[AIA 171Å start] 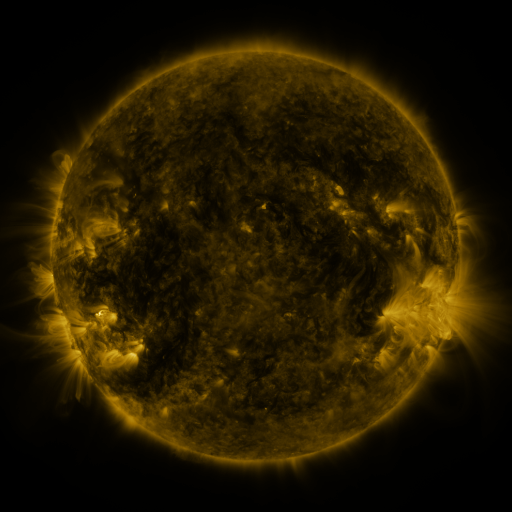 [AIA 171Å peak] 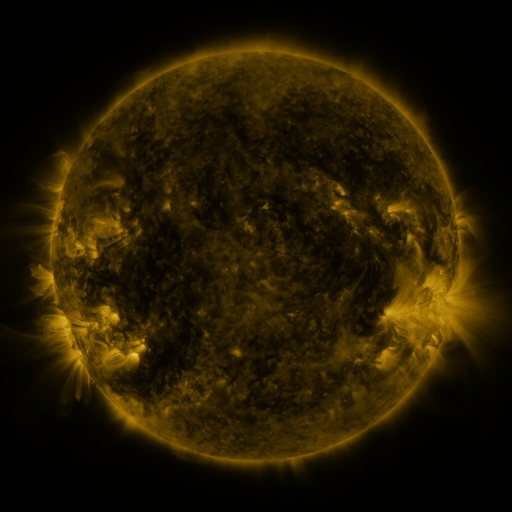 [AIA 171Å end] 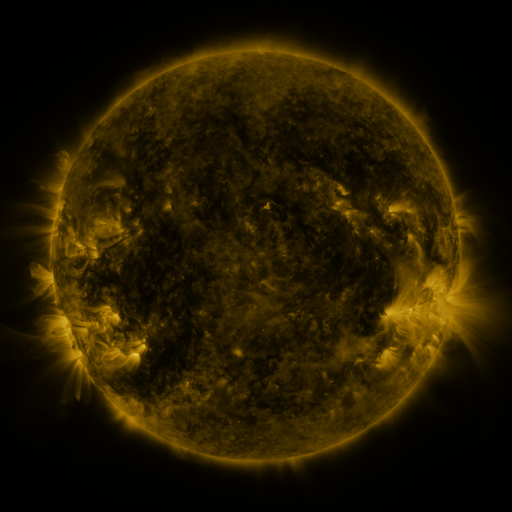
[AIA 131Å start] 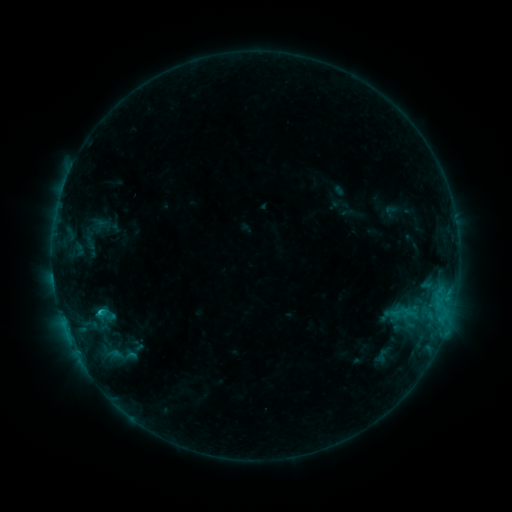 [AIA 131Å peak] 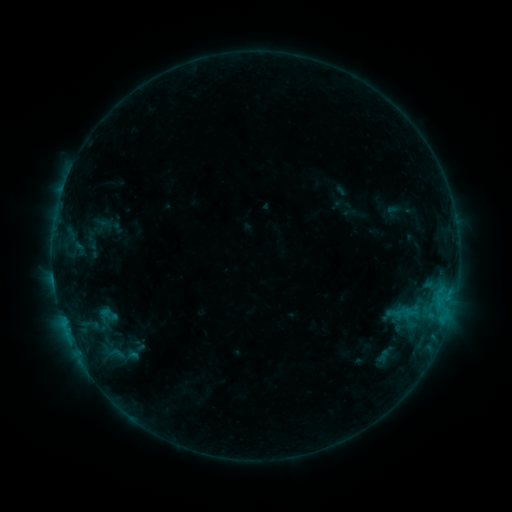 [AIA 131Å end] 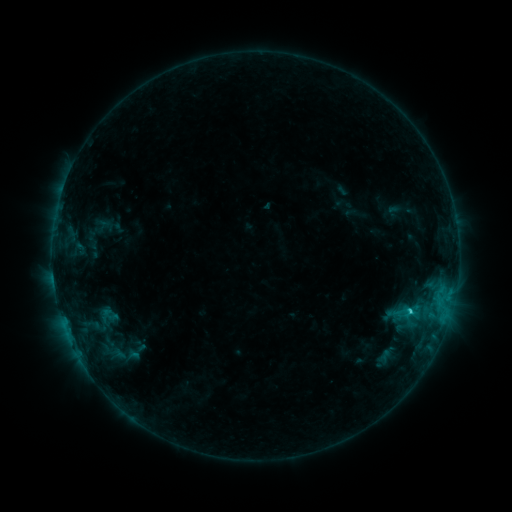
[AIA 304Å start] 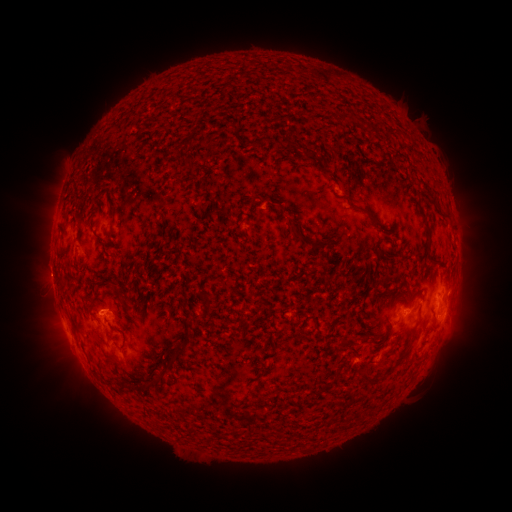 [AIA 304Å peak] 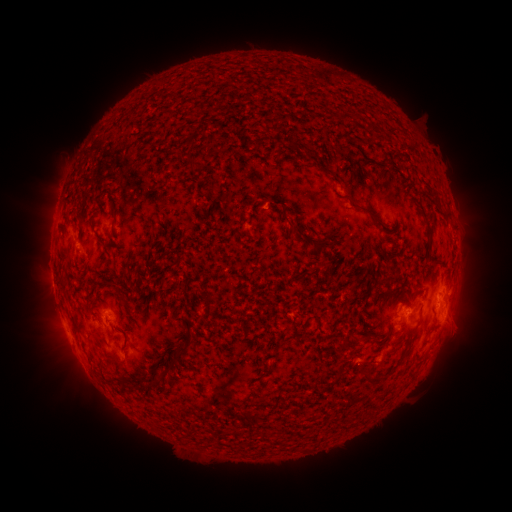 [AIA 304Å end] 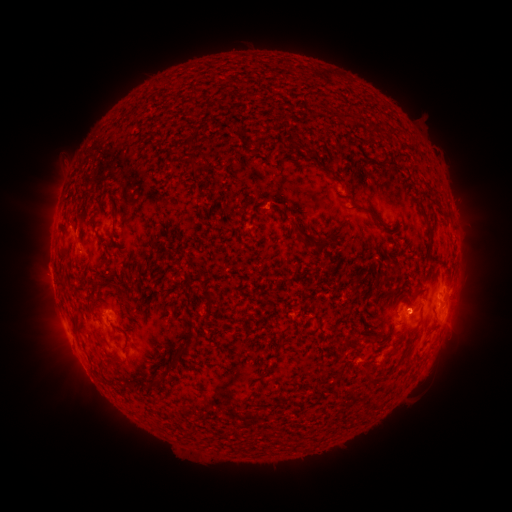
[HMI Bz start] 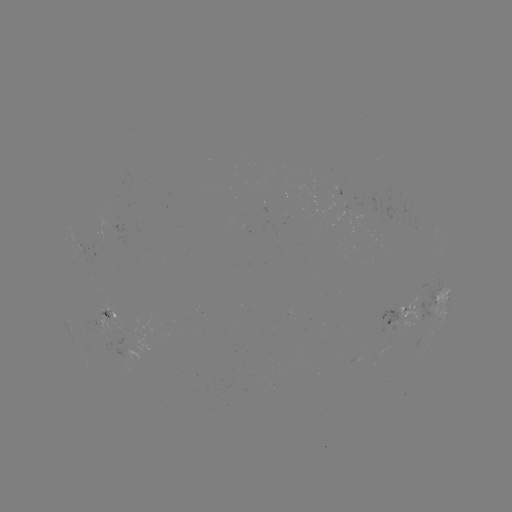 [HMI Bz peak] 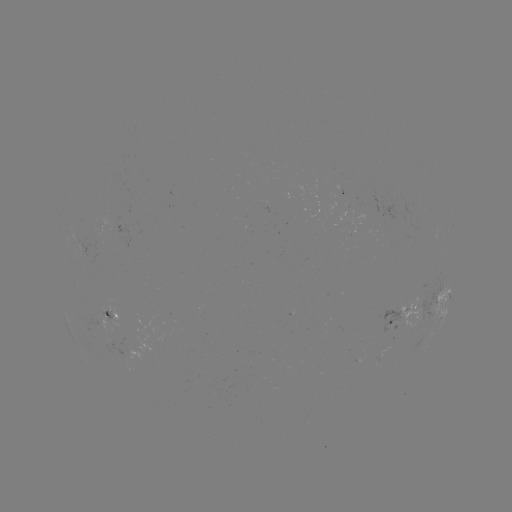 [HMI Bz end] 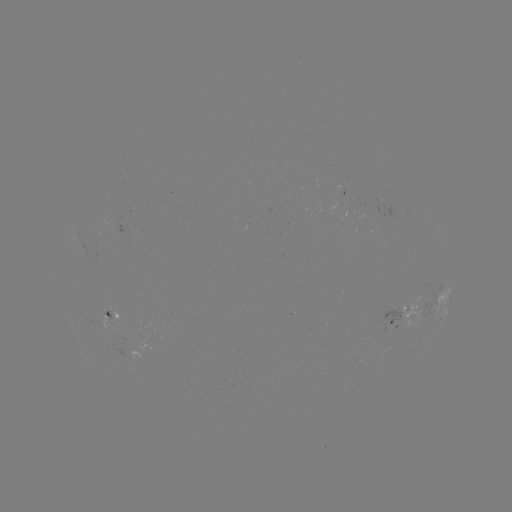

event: emerging-flux region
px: (391, 320)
